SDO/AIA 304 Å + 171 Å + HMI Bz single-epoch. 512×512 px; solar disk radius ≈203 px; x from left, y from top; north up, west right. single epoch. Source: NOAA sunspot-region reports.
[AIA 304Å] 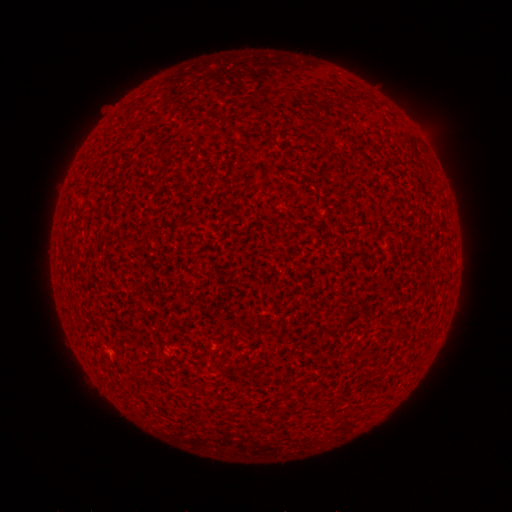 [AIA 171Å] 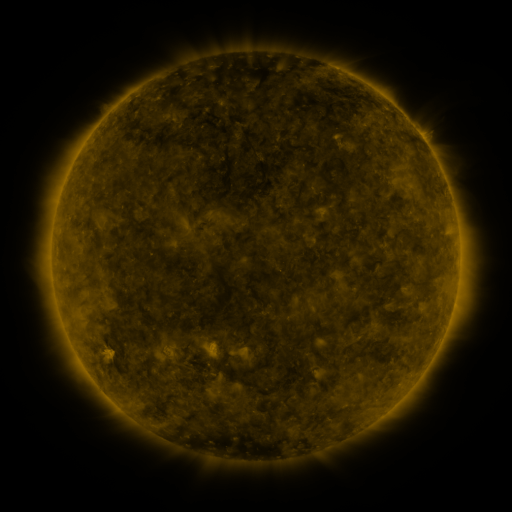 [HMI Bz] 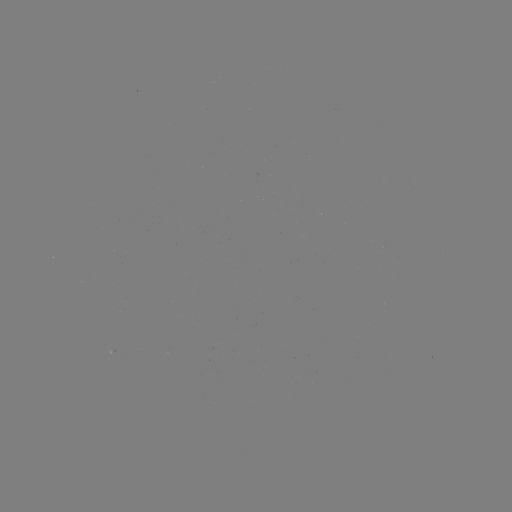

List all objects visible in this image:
(none)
